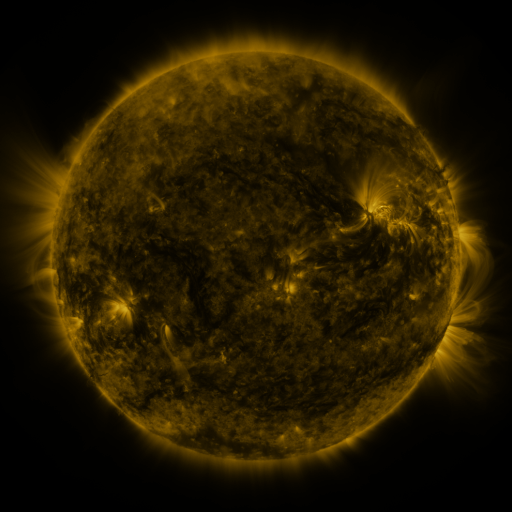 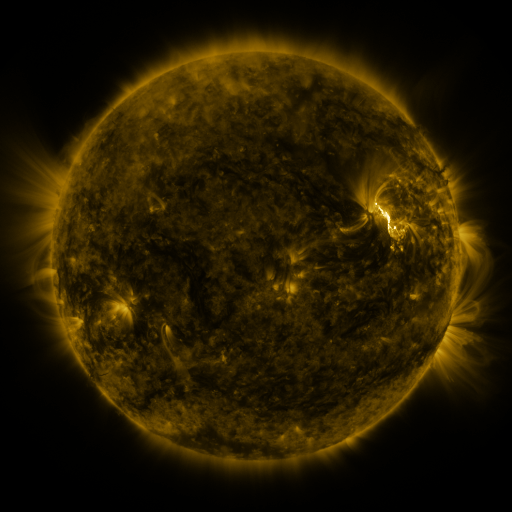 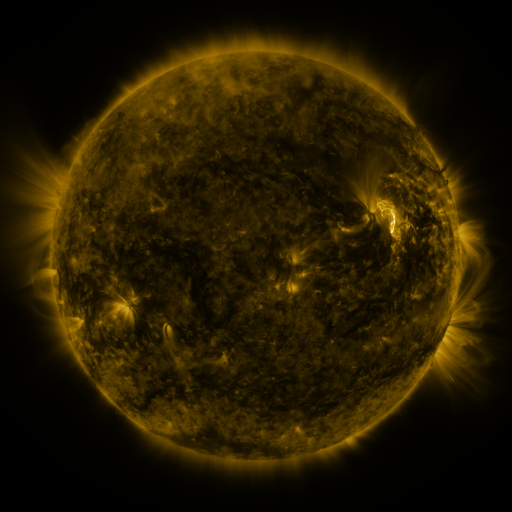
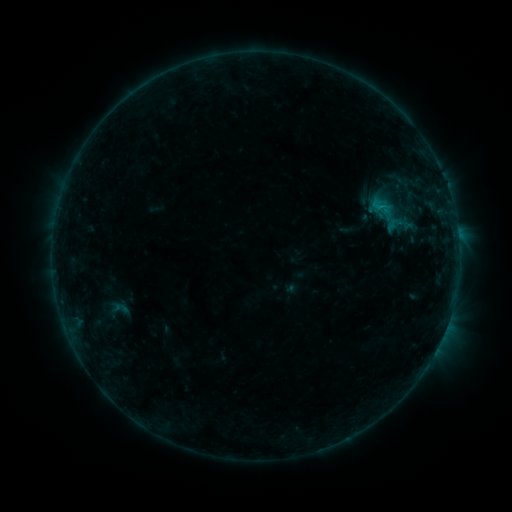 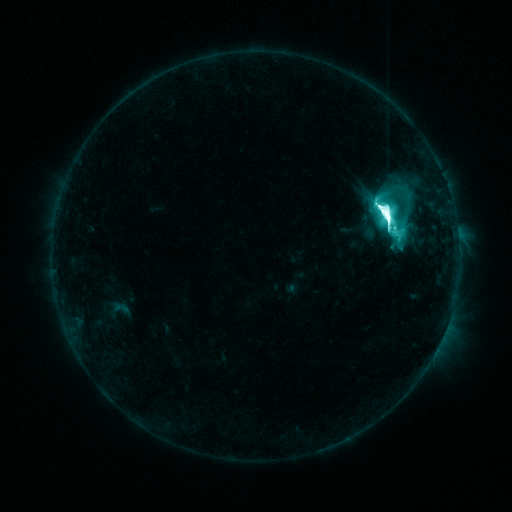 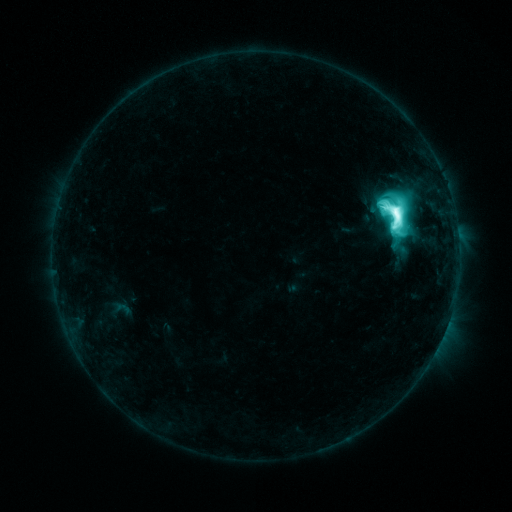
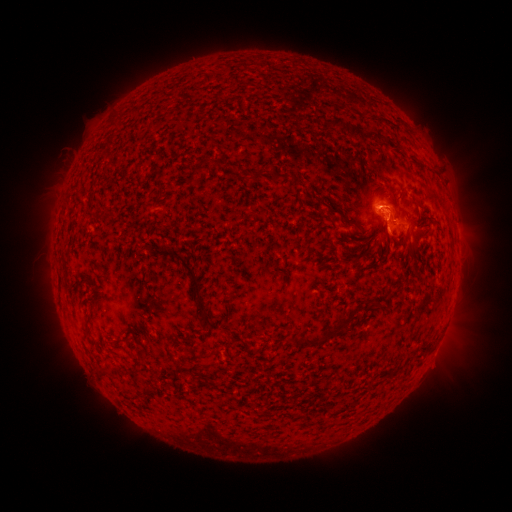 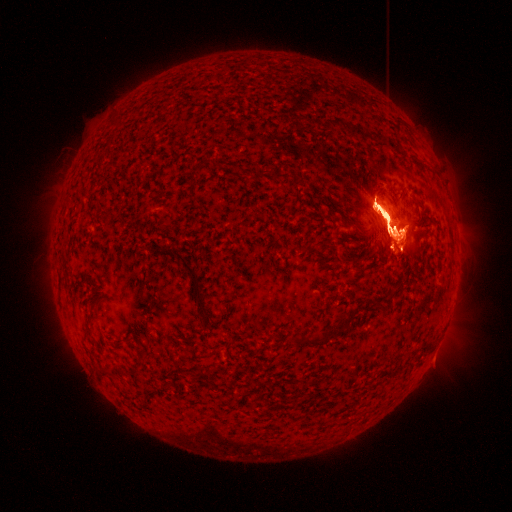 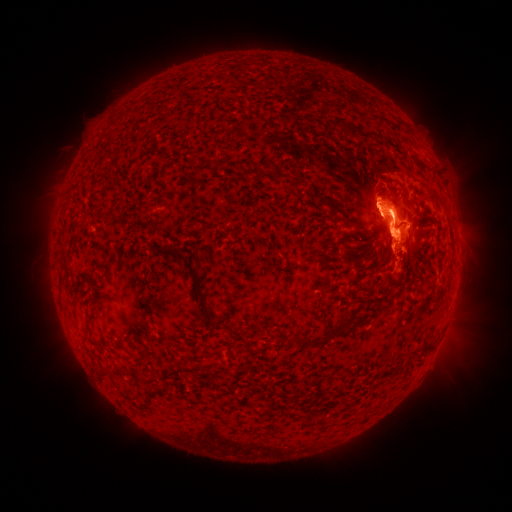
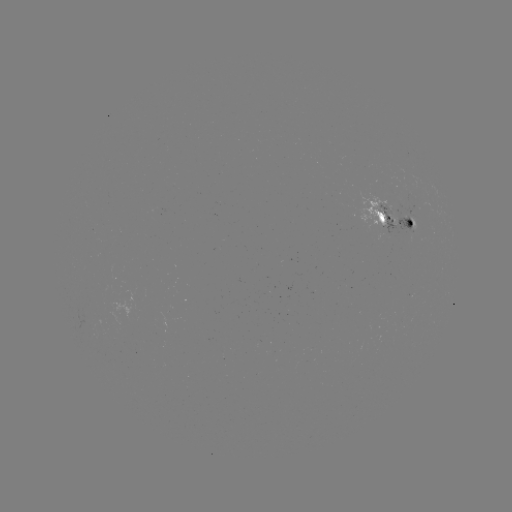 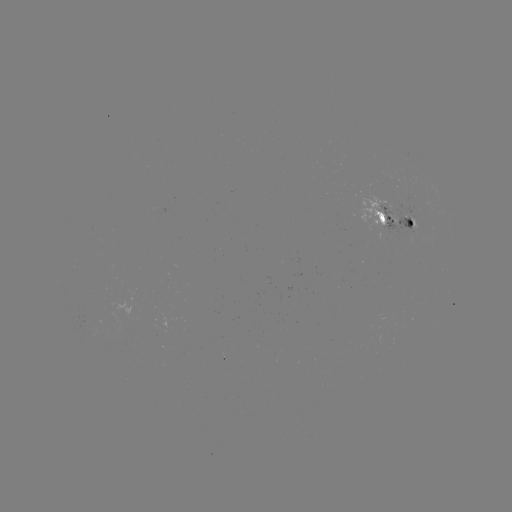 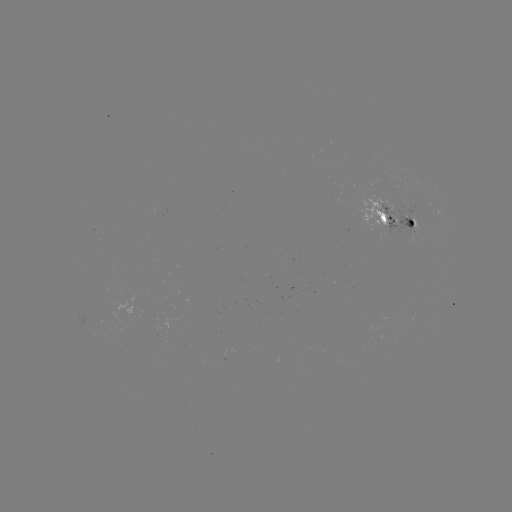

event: flare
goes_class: M7.9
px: (384, 219)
